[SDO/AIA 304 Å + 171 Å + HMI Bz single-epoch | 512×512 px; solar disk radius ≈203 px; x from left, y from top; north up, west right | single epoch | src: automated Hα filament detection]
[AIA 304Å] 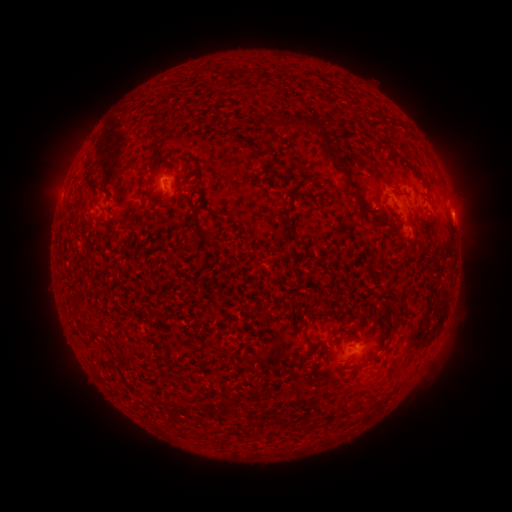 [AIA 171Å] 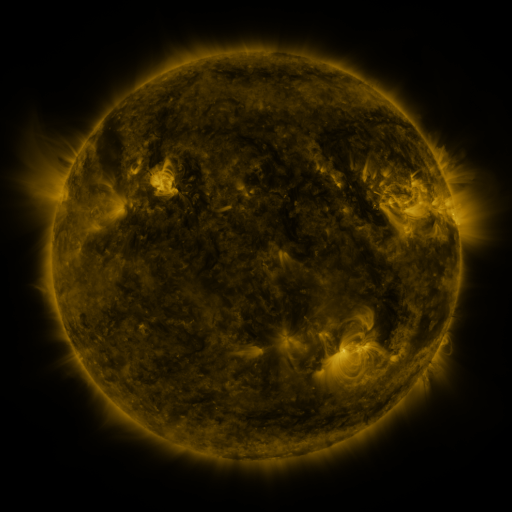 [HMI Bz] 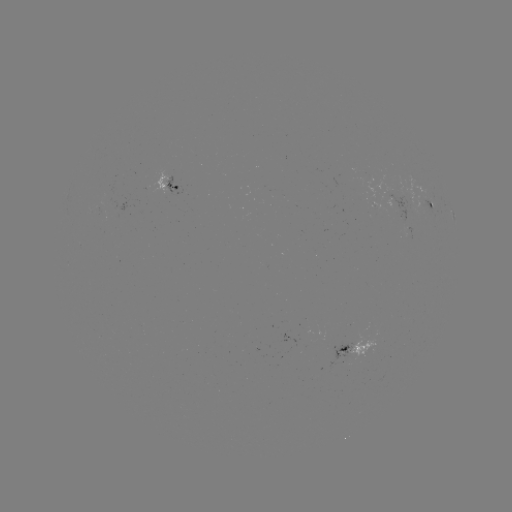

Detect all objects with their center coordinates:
filament: [154, 112, 162, 123]
filament: [304, 120, 323, 132]
filament: [148, 127, 163, 141]
filament: [323, 134, 341, 164]
filament: [413, 168, 422, 178]
filament: [86, 176, 109, 194]
filament: [344, 176, 355, 193]
filament: [146, 193, 158, 205]
filament: [193, 226, 210, 243]
filament: [379, 270, 388, 281]
filament: [395, 284, 406, 314]
filament: [92, 326, 104, 336]
filament: [273, 414, 285, 425]
